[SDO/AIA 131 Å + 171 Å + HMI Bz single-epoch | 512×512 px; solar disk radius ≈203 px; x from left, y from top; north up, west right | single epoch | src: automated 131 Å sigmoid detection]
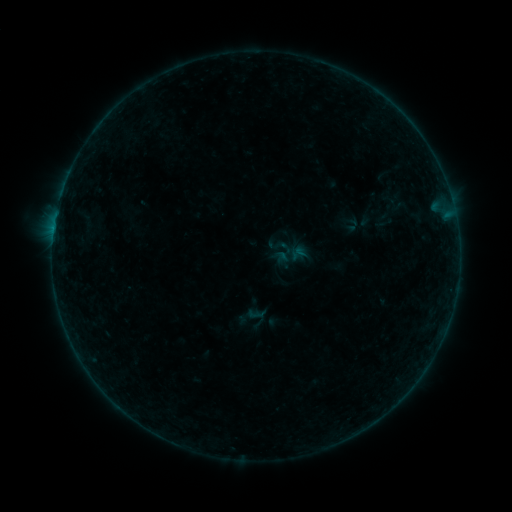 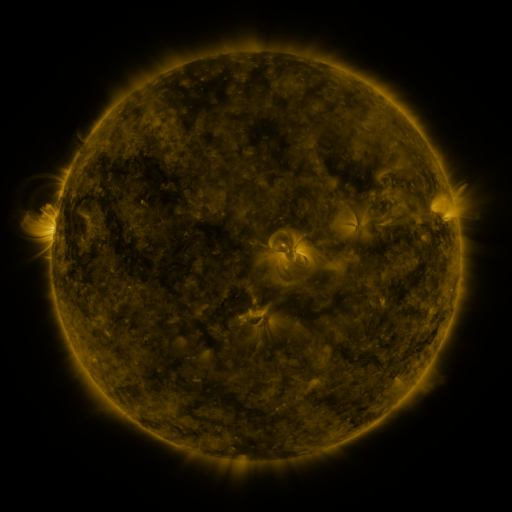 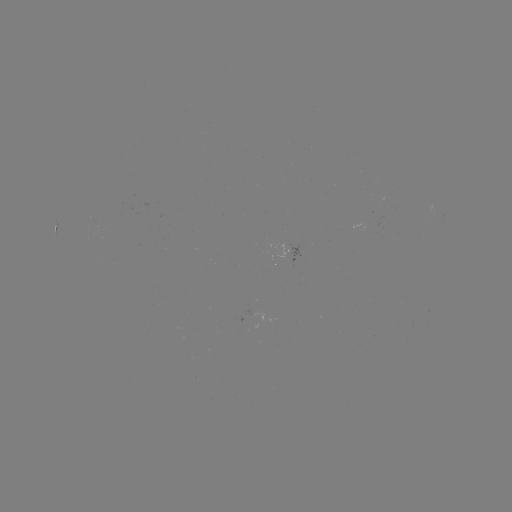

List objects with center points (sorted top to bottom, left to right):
sigmoid: <bbox>235, 302, 268, 334</bbox>
